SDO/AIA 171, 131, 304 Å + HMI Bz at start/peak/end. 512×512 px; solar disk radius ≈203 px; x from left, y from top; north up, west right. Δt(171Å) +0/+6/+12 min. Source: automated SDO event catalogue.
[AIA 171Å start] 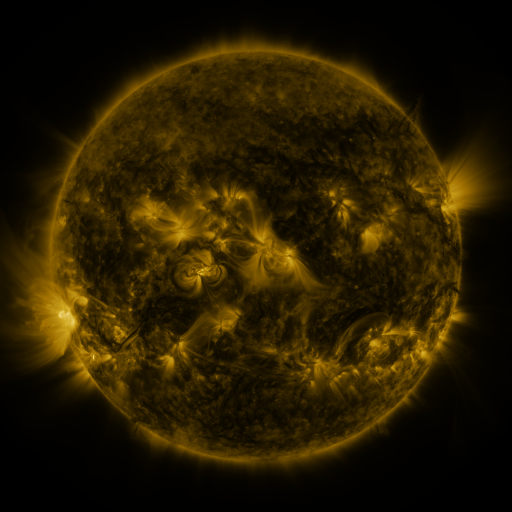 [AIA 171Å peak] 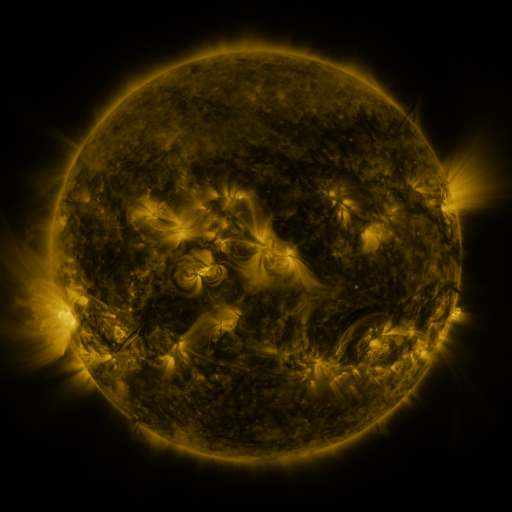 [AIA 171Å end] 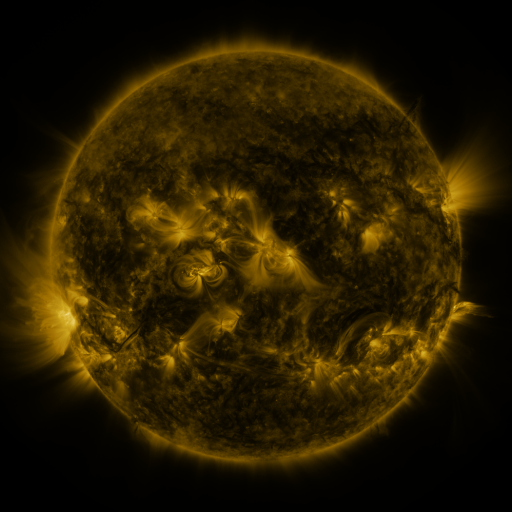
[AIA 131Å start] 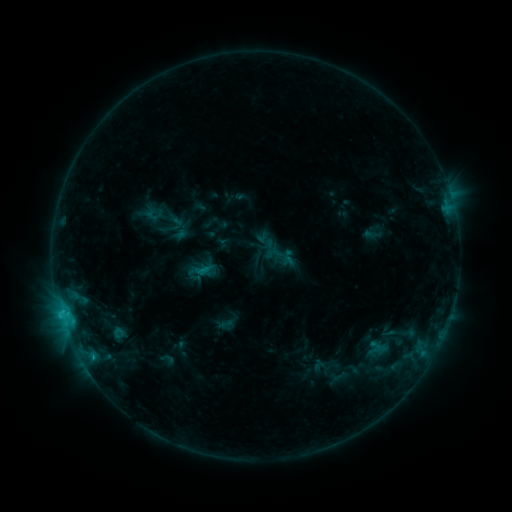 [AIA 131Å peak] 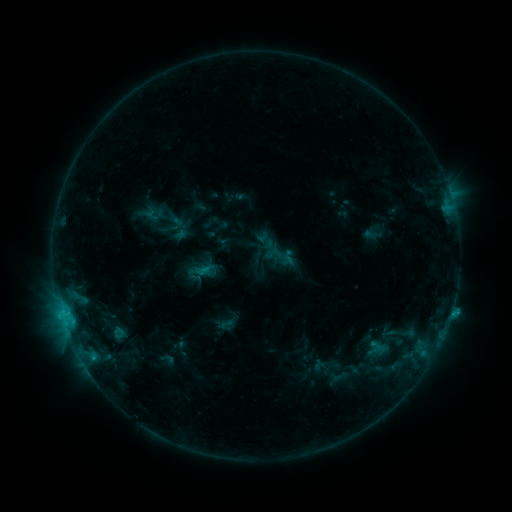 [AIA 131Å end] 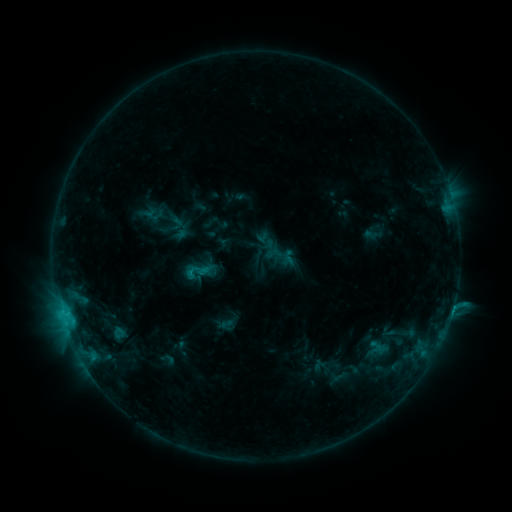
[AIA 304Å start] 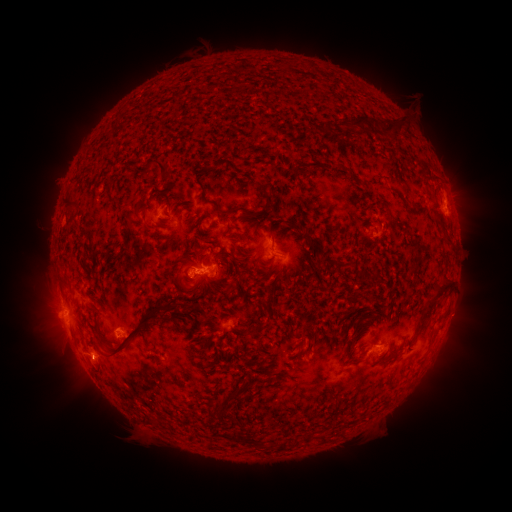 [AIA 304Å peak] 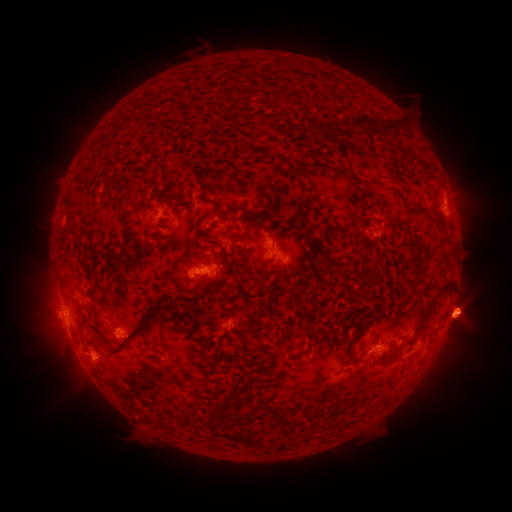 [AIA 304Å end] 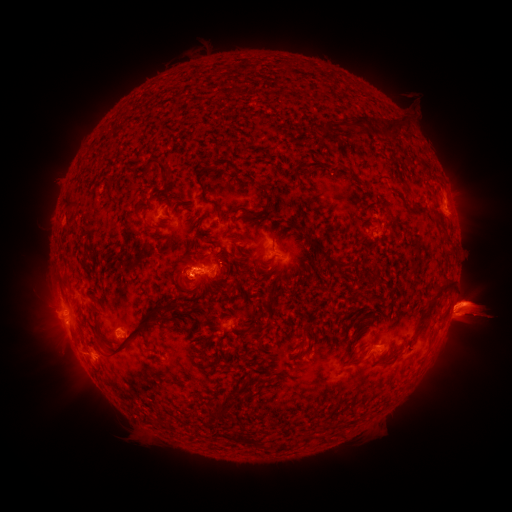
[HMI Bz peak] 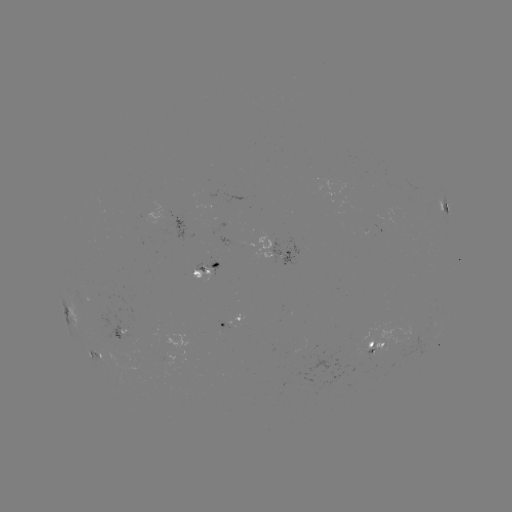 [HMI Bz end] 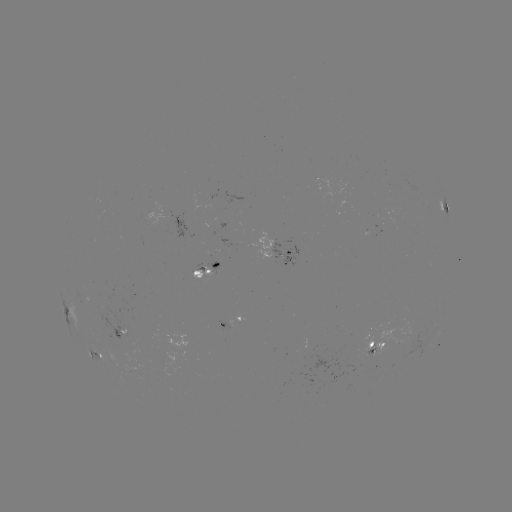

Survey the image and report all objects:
eruption: (24, 308)
